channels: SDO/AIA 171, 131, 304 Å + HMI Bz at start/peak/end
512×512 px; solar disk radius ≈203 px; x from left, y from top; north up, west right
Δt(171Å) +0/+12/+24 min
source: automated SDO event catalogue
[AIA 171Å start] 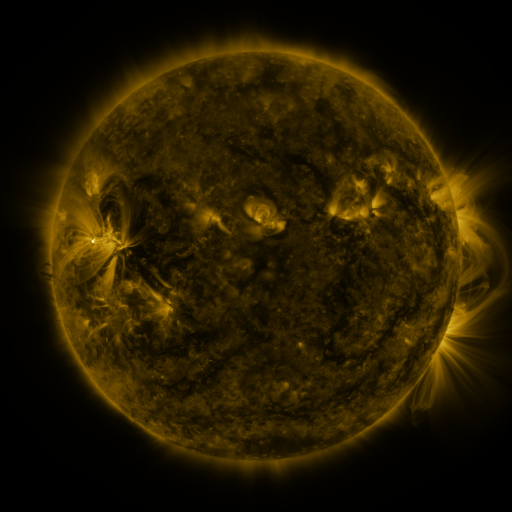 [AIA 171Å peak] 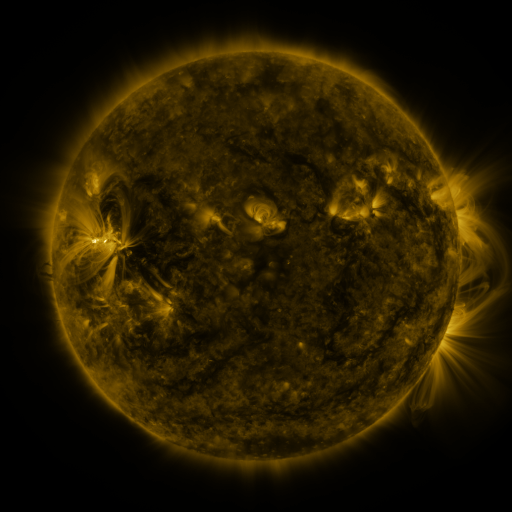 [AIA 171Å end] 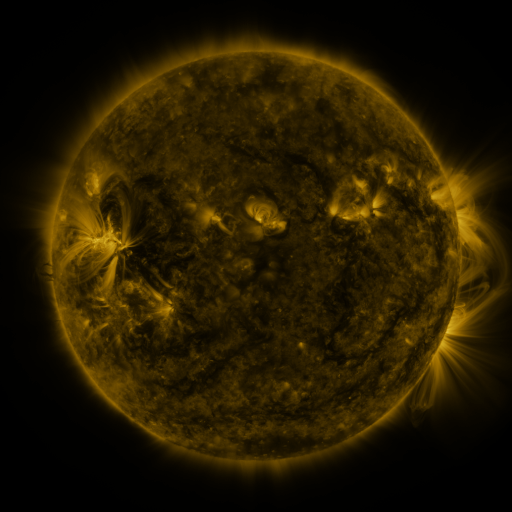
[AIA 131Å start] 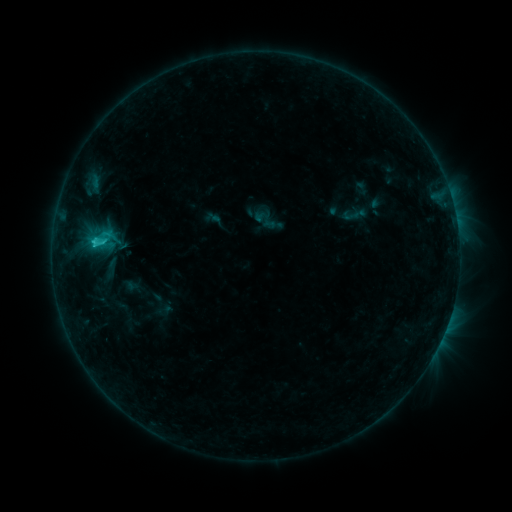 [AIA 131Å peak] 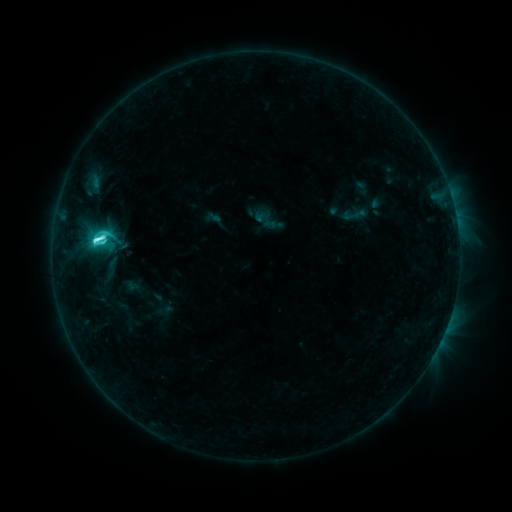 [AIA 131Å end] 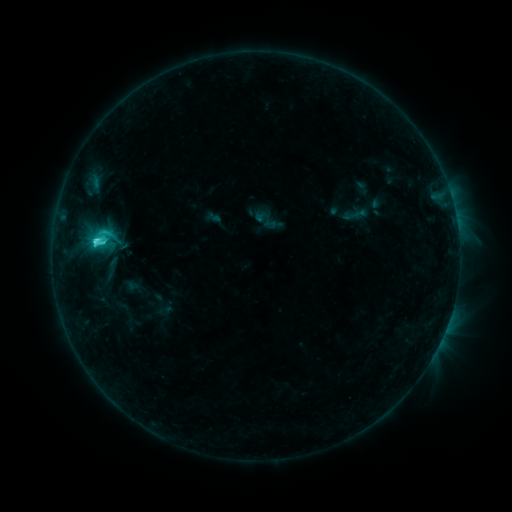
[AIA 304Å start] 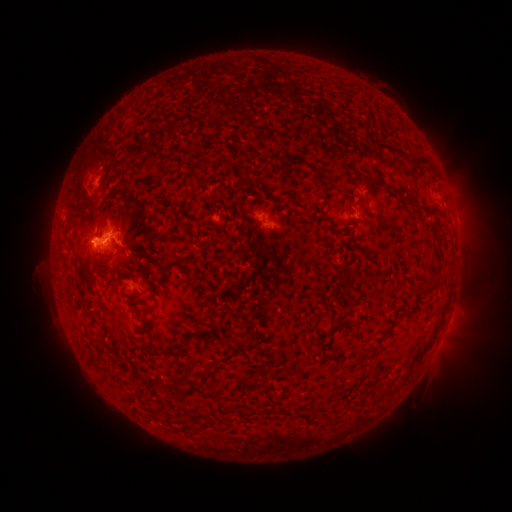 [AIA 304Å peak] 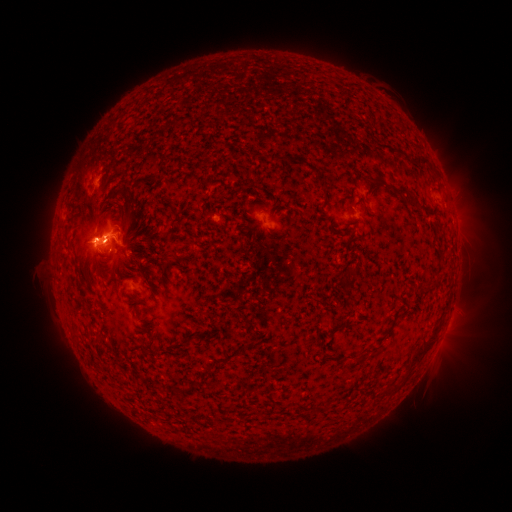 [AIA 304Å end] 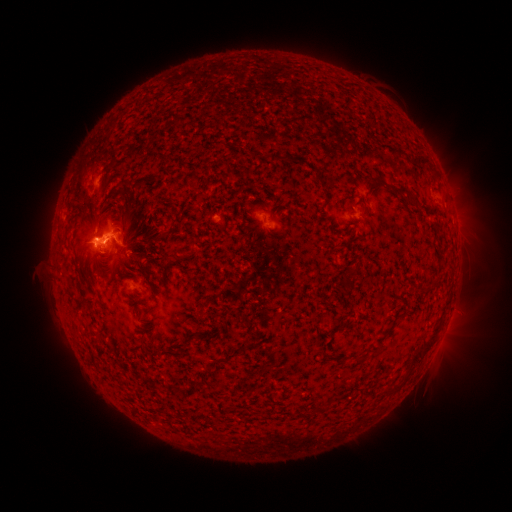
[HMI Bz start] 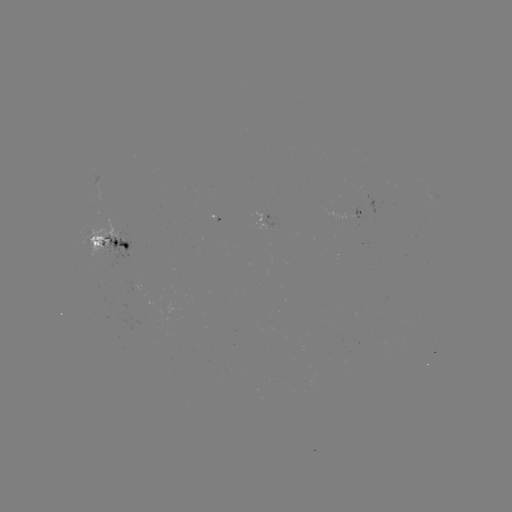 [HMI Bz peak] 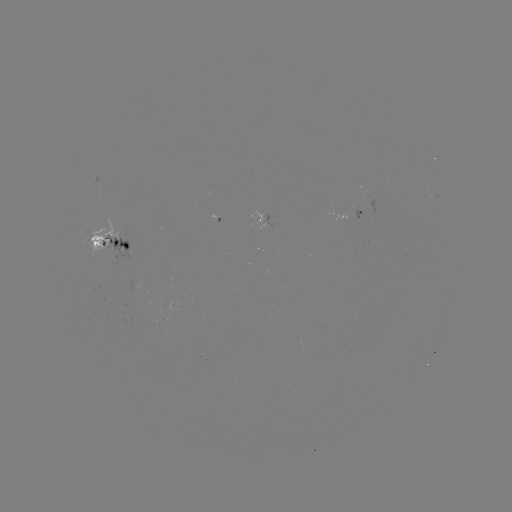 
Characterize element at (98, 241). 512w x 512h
C6.6 flare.